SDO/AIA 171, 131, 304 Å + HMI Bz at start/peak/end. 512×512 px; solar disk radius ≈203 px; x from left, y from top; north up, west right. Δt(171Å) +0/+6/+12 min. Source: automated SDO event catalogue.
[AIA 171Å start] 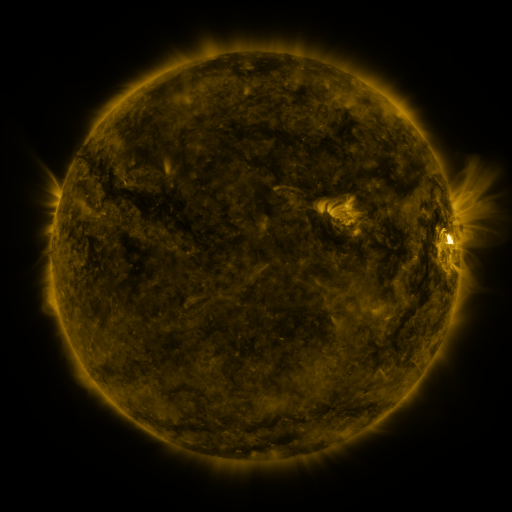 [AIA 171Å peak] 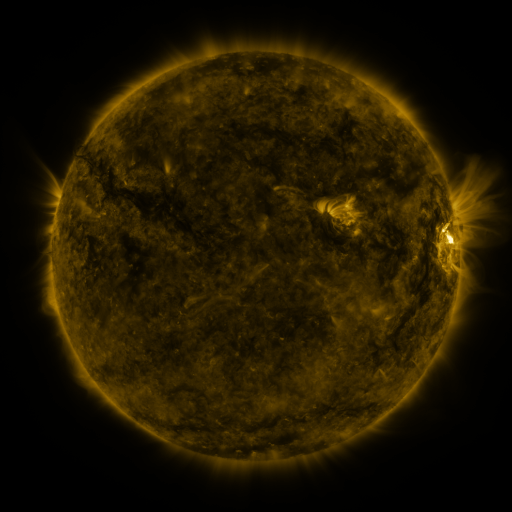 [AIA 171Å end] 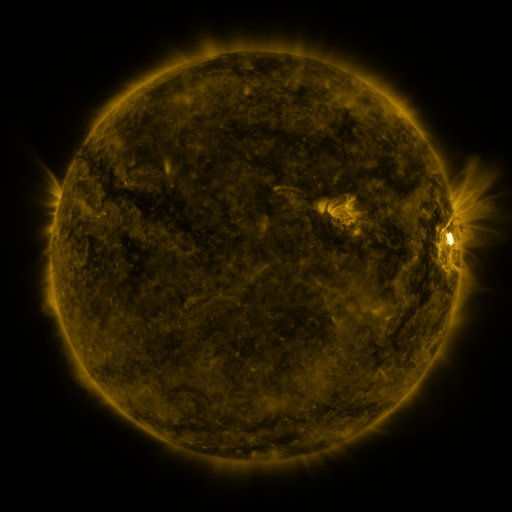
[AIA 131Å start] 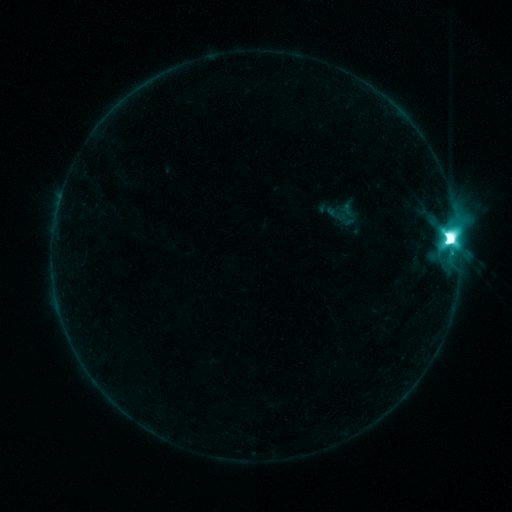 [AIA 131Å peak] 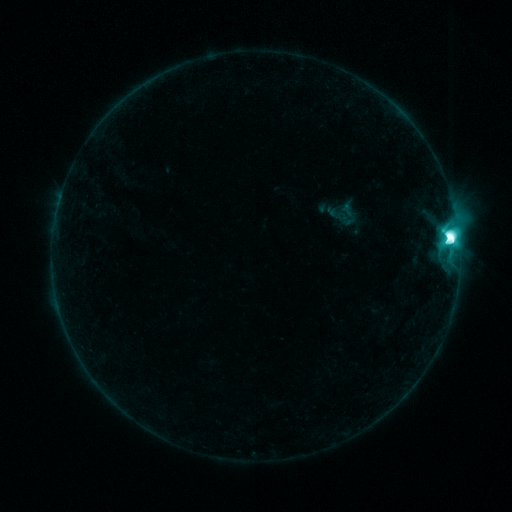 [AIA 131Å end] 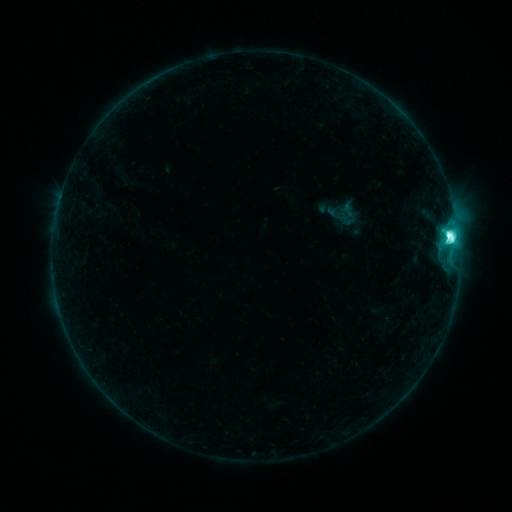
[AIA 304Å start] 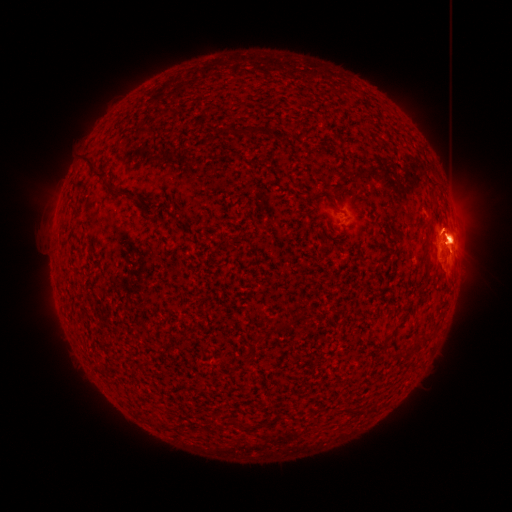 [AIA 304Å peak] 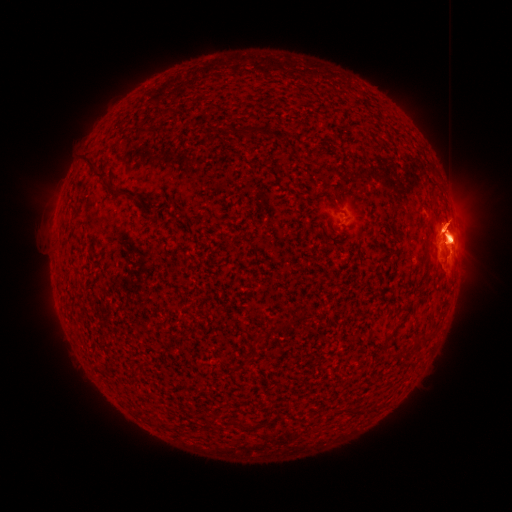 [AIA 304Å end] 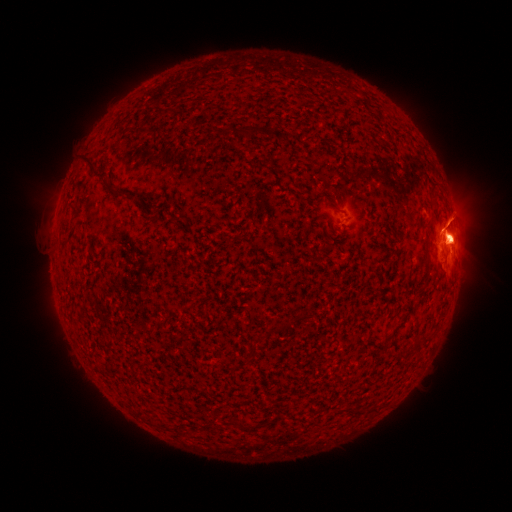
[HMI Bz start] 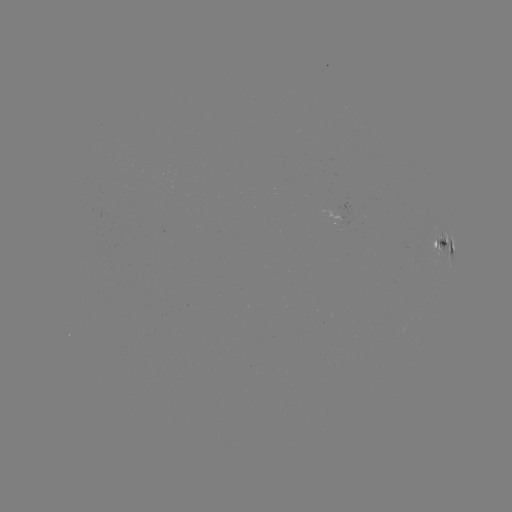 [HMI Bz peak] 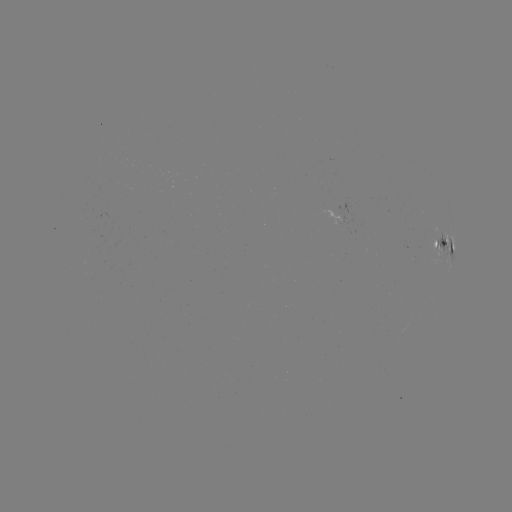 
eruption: <bbox>408, 174, 489, 251</bbox>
